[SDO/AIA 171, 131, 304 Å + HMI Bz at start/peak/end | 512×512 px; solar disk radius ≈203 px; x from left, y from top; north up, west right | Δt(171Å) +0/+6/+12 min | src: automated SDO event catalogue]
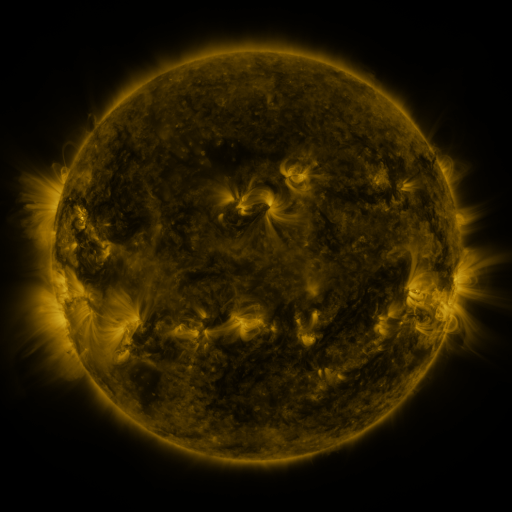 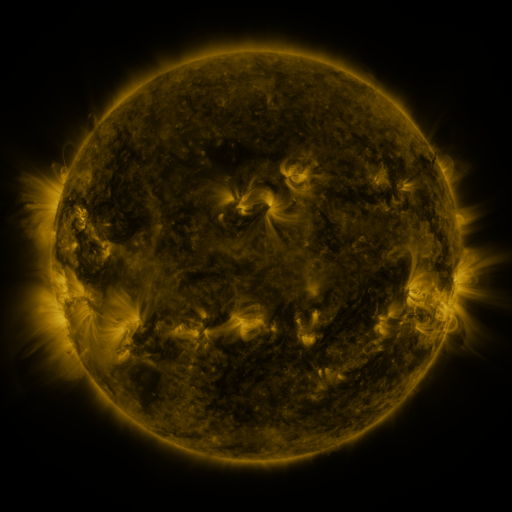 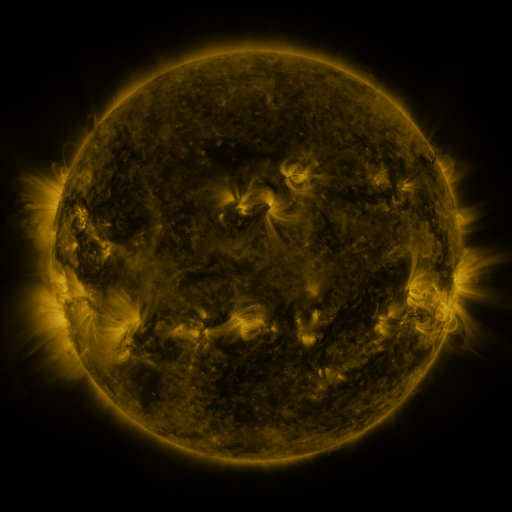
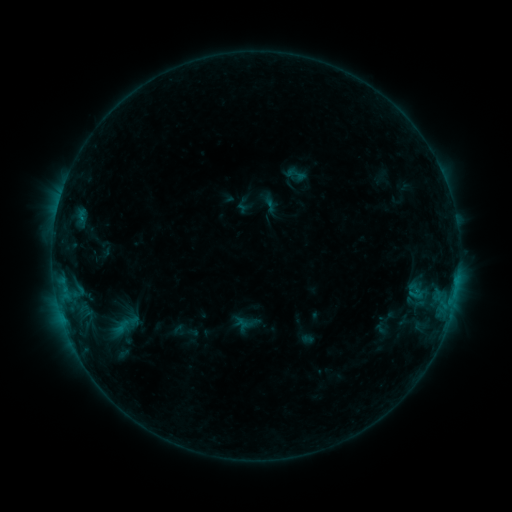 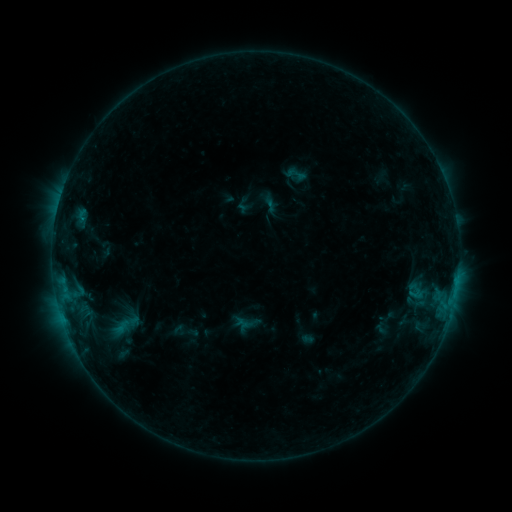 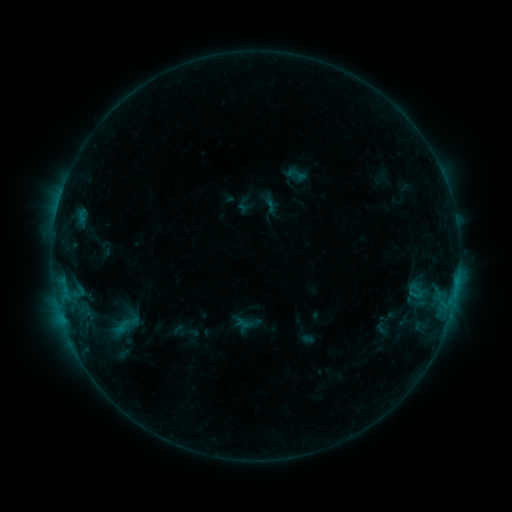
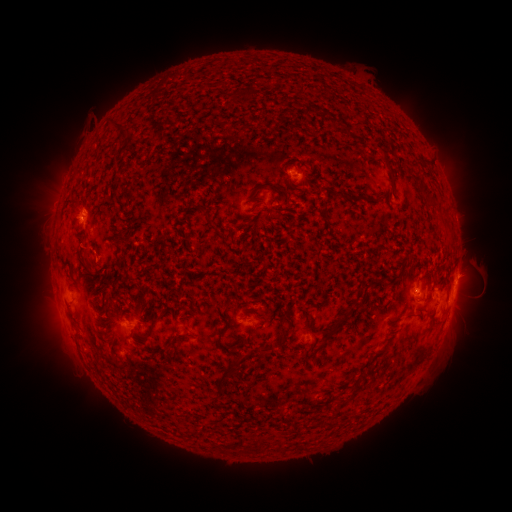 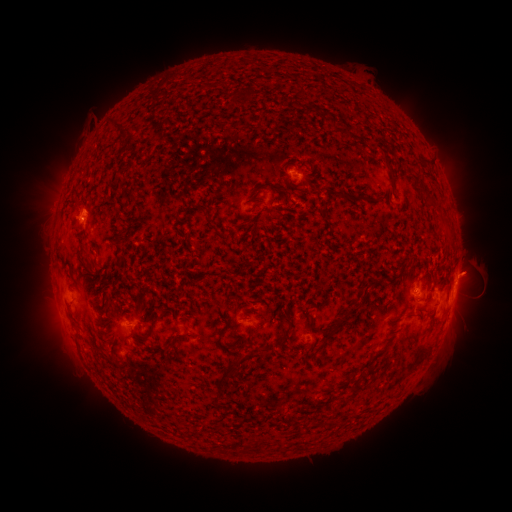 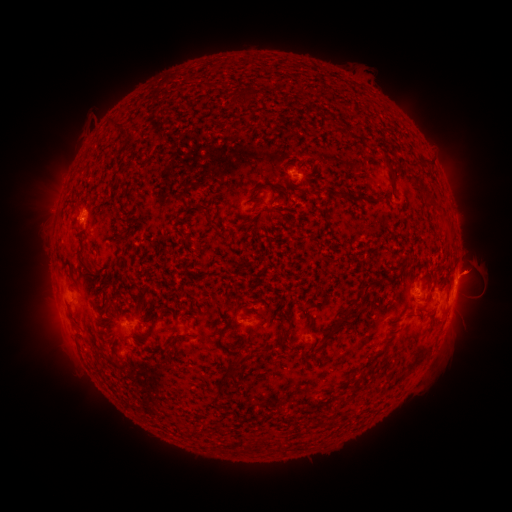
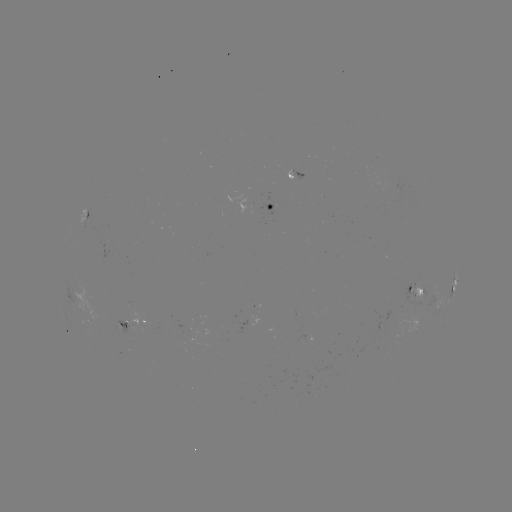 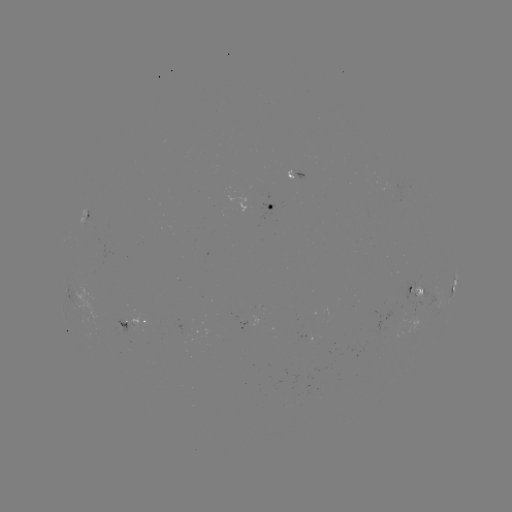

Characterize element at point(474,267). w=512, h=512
eruption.